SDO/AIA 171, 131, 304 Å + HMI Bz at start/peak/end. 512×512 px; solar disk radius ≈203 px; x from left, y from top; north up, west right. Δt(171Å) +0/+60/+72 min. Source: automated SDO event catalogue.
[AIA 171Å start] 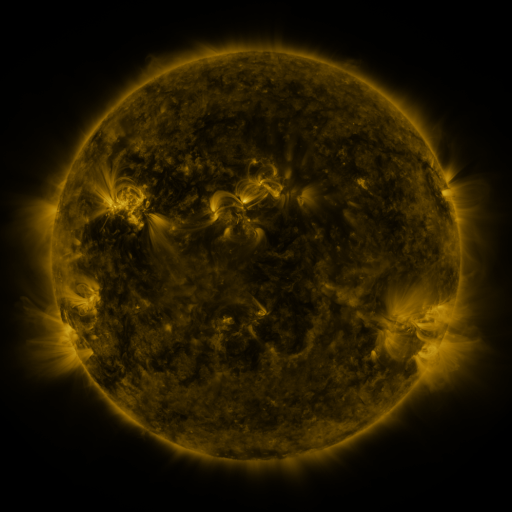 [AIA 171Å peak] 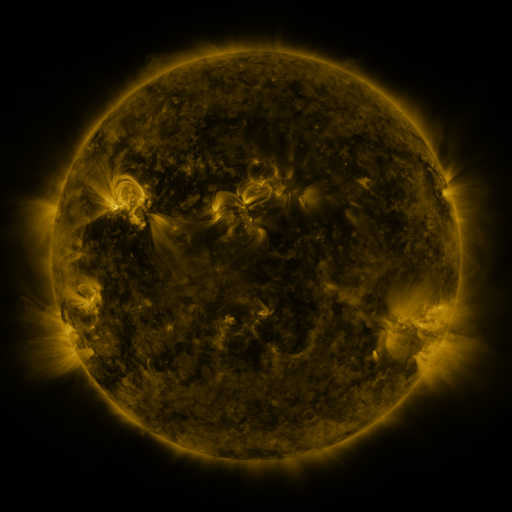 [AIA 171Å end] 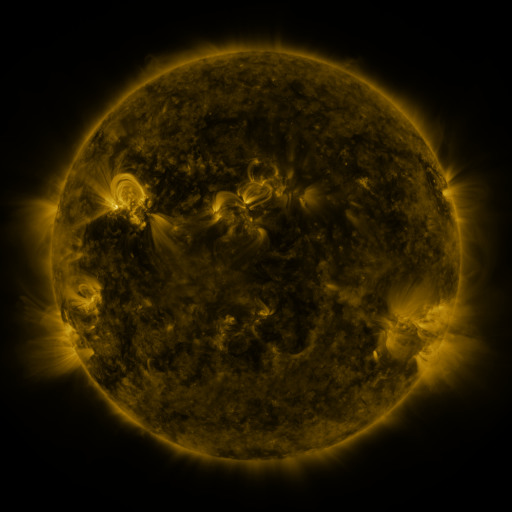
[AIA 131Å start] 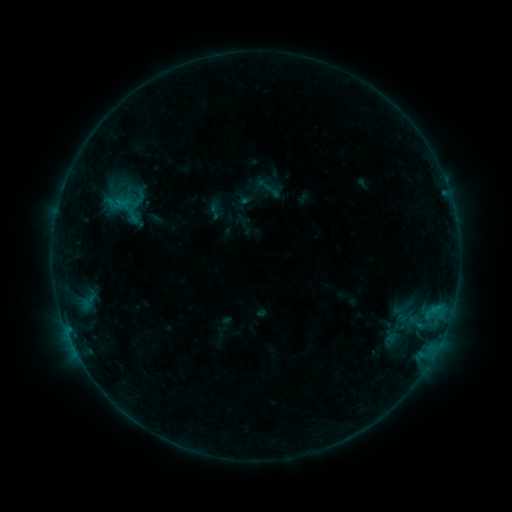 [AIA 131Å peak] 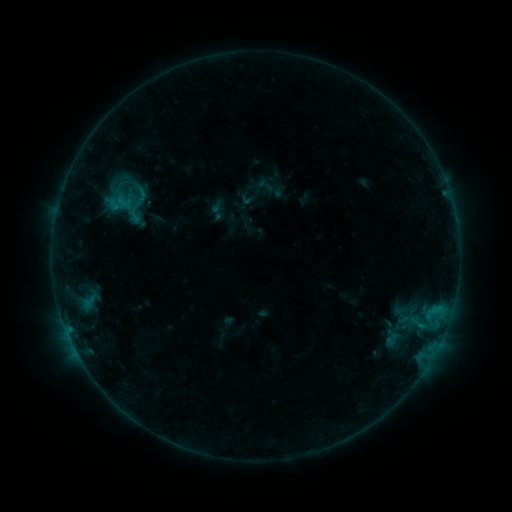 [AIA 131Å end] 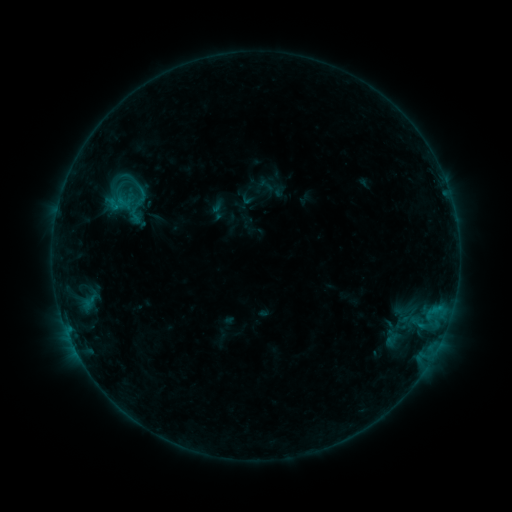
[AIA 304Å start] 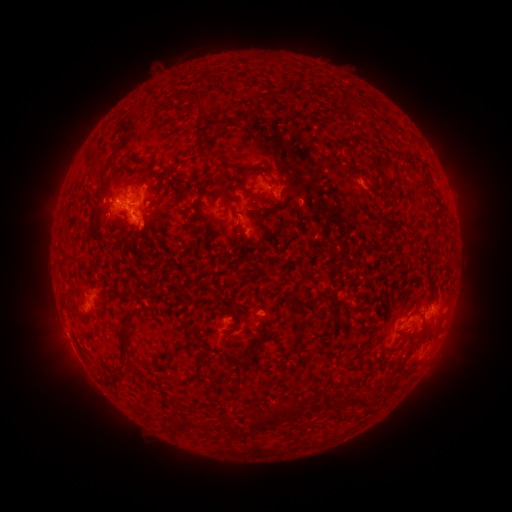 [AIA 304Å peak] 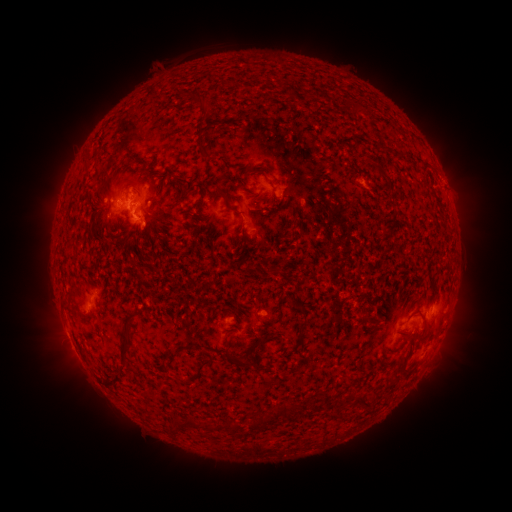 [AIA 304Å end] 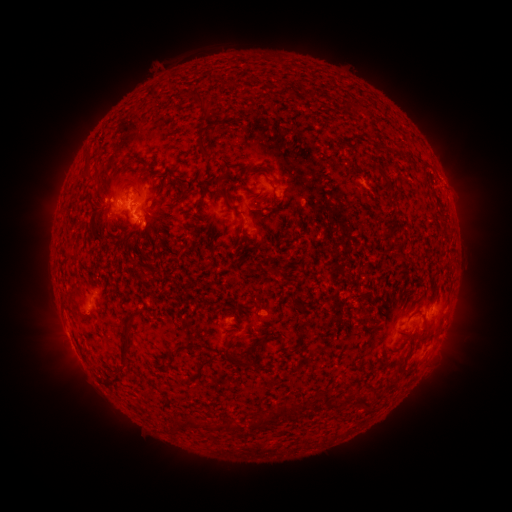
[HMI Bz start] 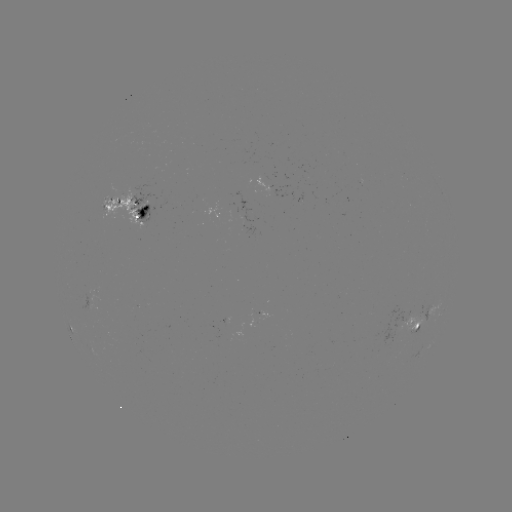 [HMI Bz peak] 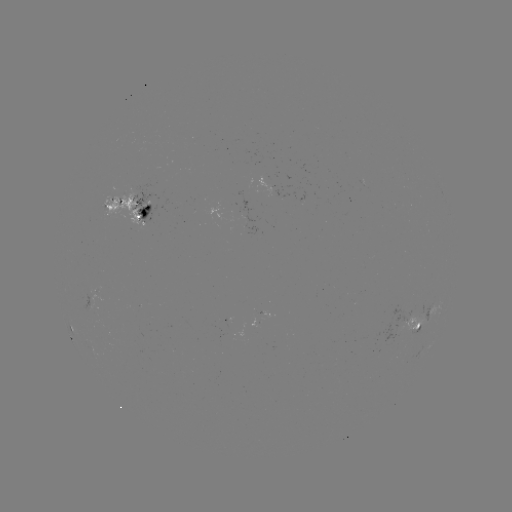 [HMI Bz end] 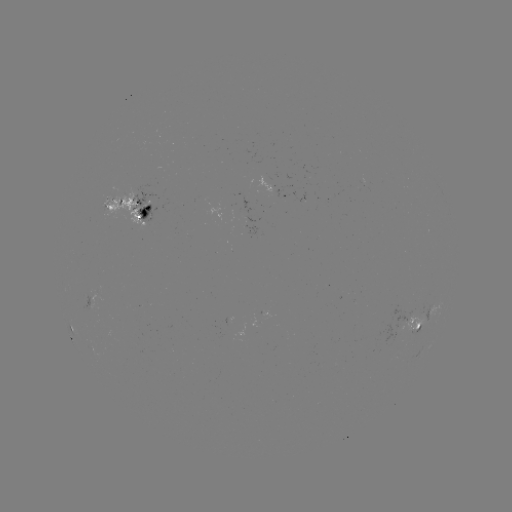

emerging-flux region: (81, 290, 98, 311)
